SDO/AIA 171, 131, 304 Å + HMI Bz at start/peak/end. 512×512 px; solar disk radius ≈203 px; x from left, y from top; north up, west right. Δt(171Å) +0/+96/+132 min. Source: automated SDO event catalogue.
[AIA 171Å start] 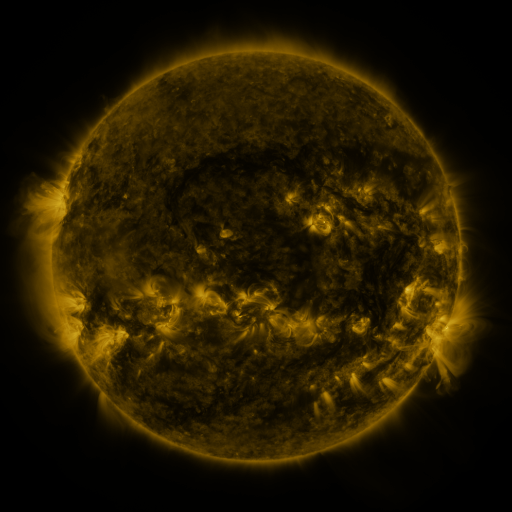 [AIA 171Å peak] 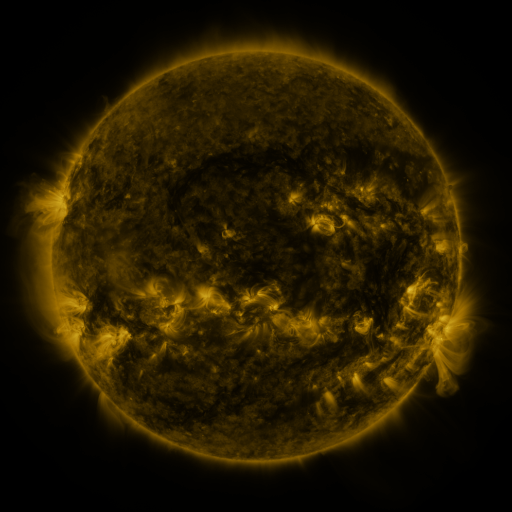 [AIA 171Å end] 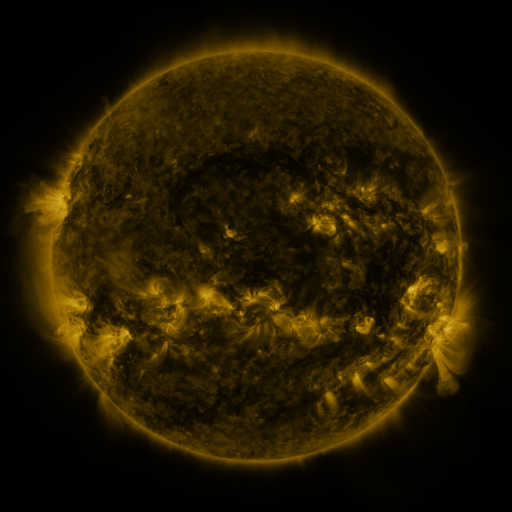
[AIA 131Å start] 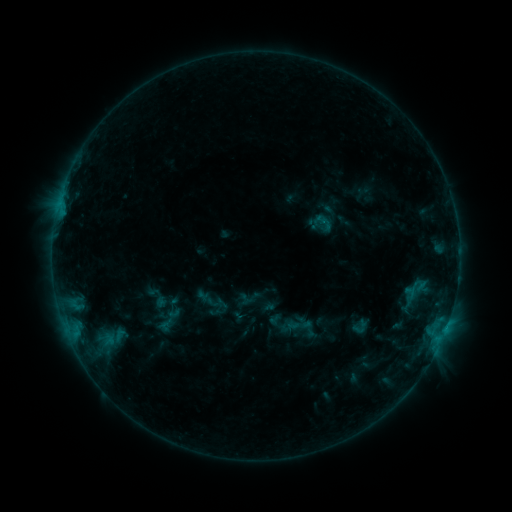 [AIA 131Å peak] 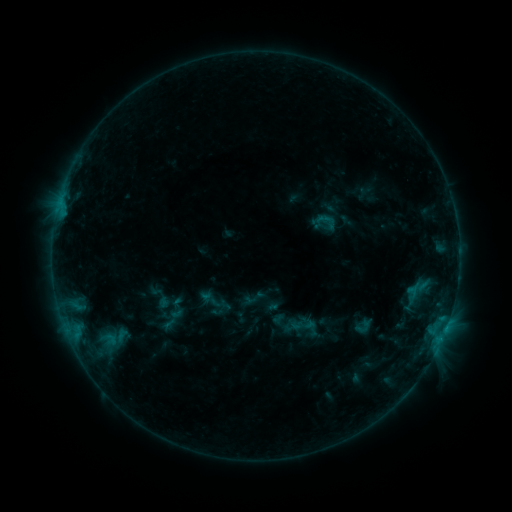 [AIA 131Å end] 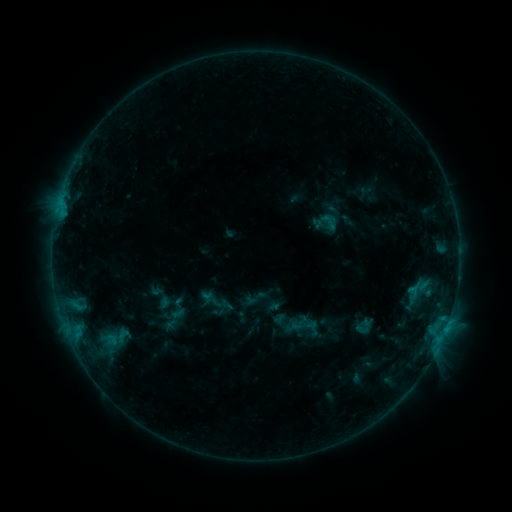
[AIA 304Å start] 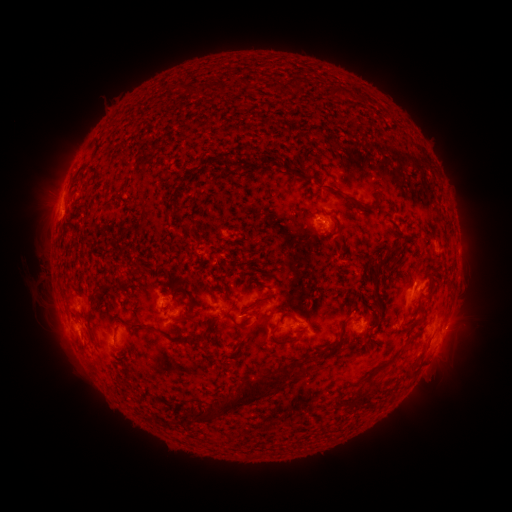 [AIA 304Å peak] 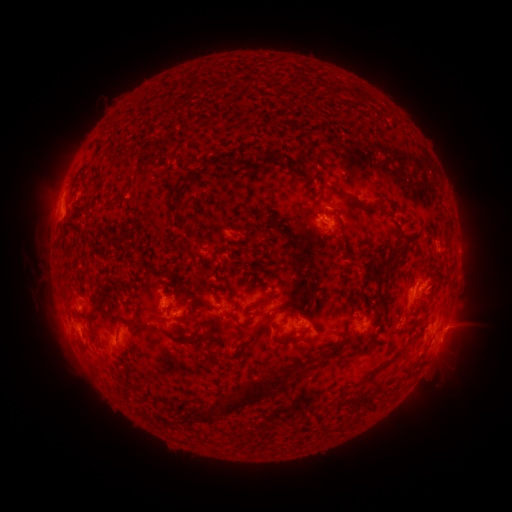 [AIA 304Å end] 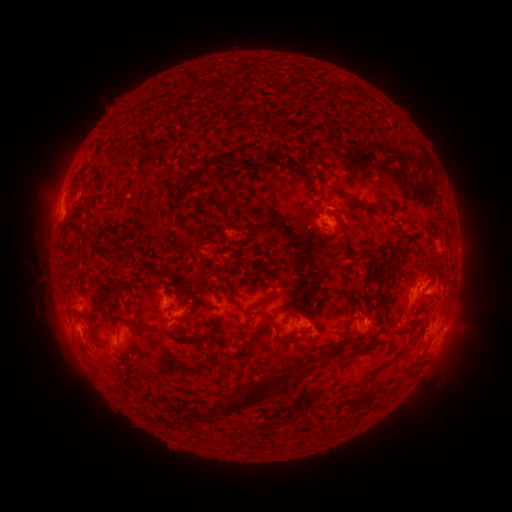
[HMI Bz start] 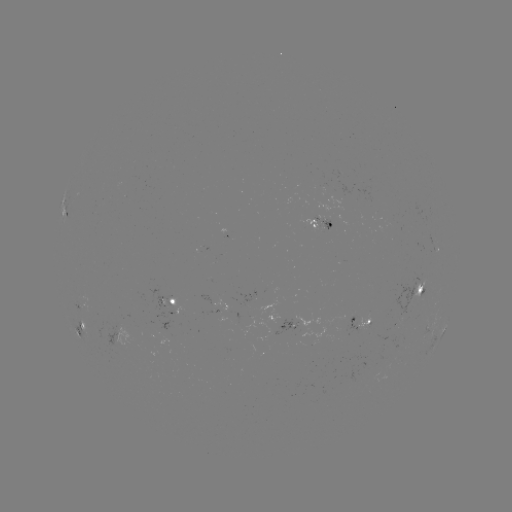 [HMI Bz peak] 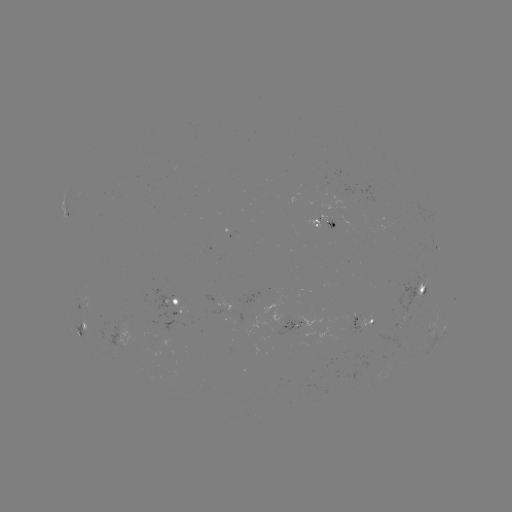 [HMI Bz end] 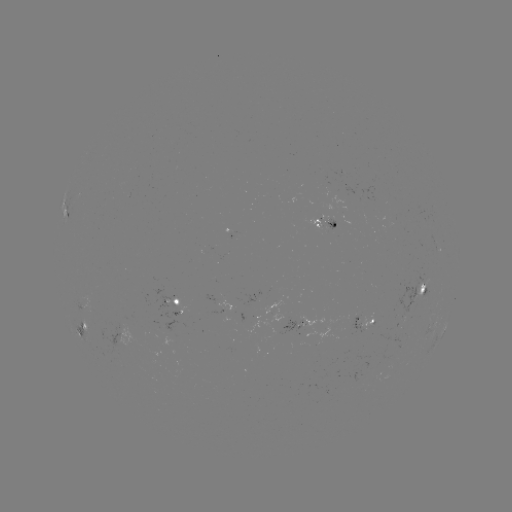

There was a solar emerging-flux region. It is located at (308, 324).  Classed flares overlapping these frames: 1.